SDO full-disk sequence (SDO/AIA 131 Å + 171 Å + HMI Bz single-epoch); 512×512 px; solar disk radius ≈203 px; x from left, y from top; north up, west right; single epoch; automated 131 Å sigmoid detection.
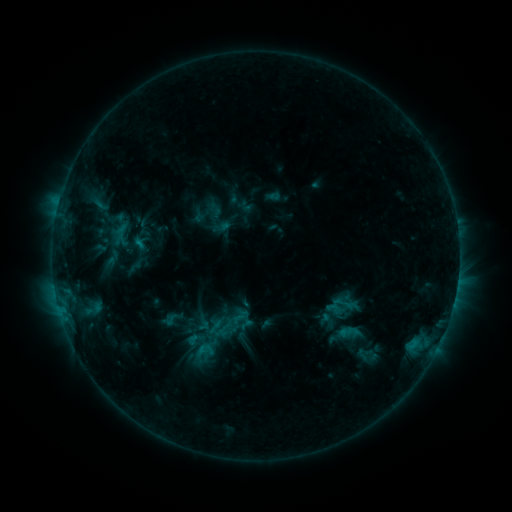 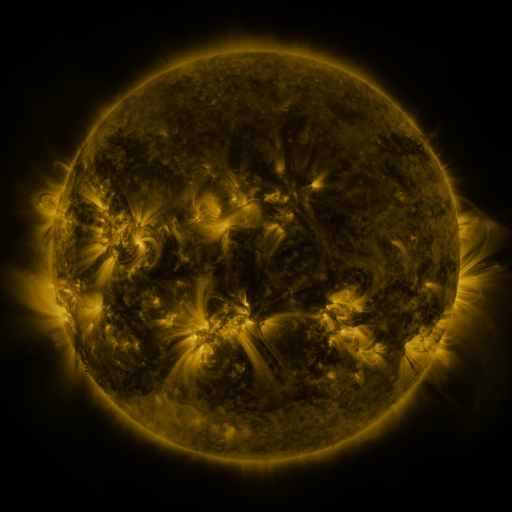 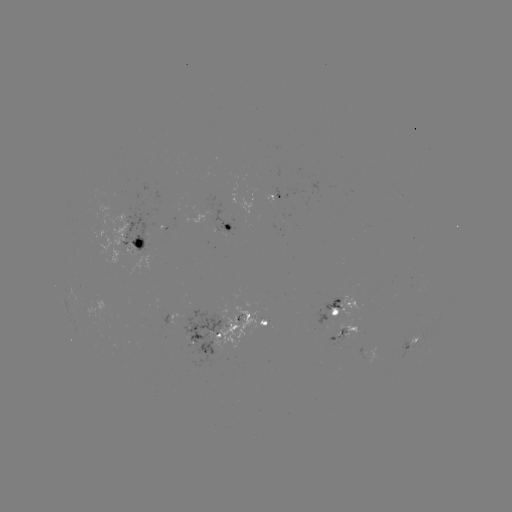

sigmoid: <bbox>182, 329, 208, 349</bbox>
